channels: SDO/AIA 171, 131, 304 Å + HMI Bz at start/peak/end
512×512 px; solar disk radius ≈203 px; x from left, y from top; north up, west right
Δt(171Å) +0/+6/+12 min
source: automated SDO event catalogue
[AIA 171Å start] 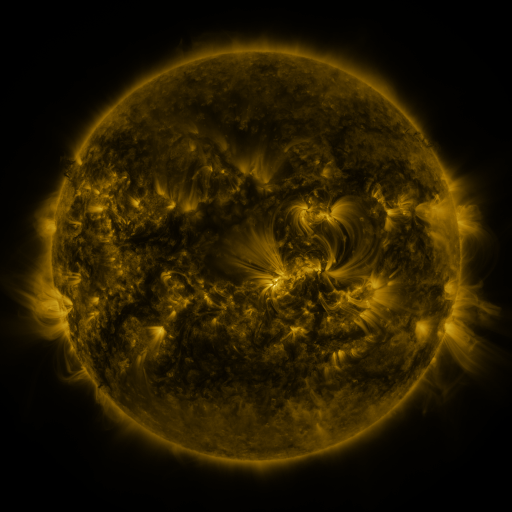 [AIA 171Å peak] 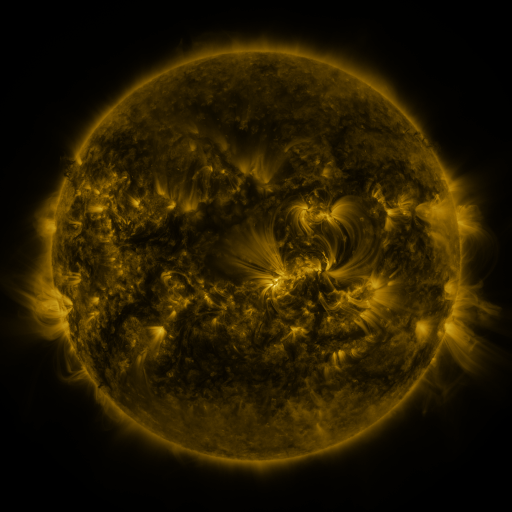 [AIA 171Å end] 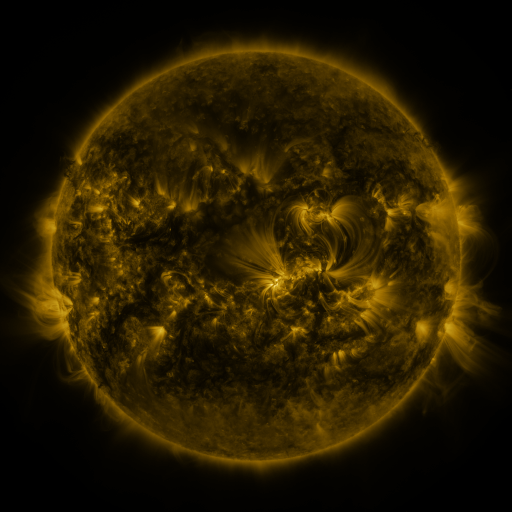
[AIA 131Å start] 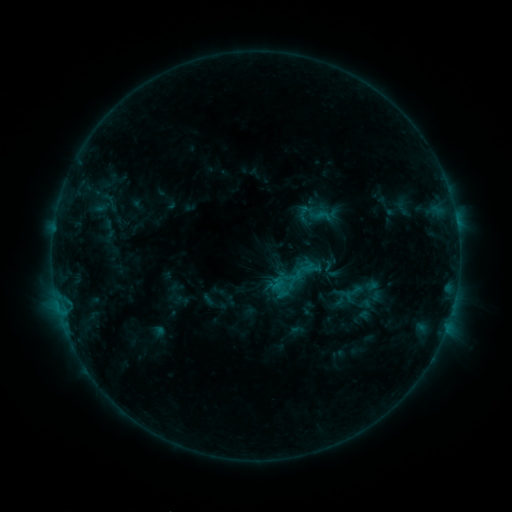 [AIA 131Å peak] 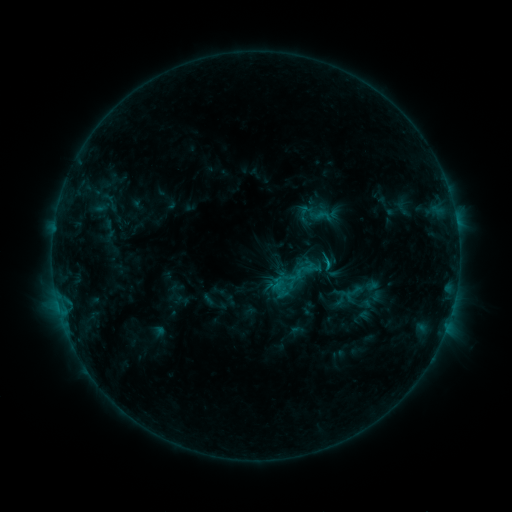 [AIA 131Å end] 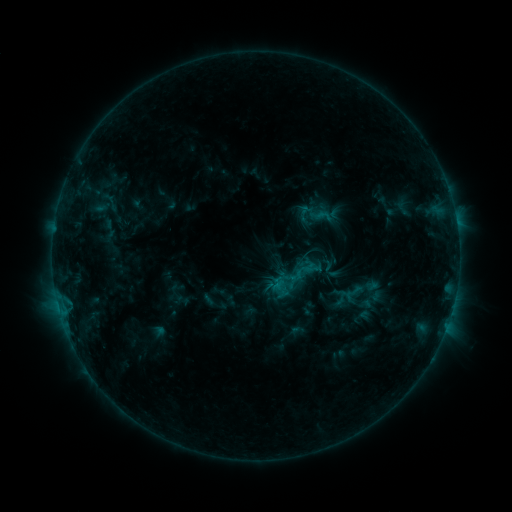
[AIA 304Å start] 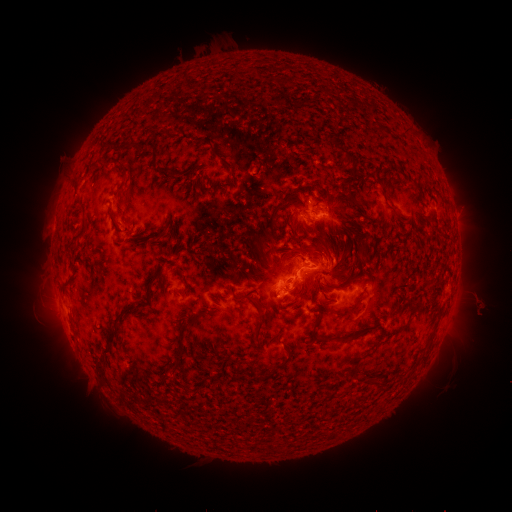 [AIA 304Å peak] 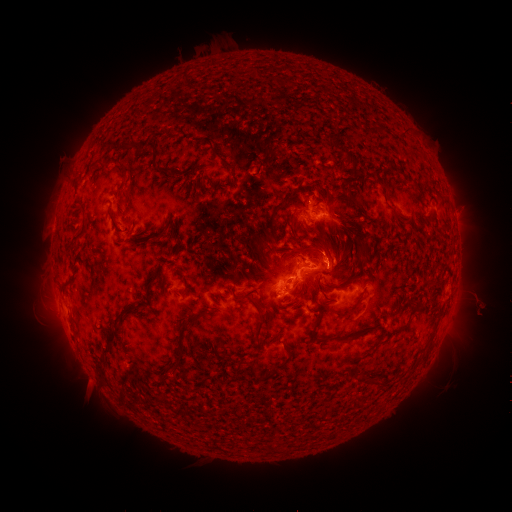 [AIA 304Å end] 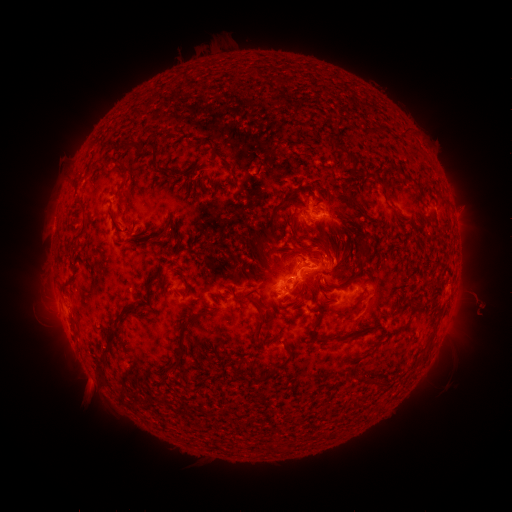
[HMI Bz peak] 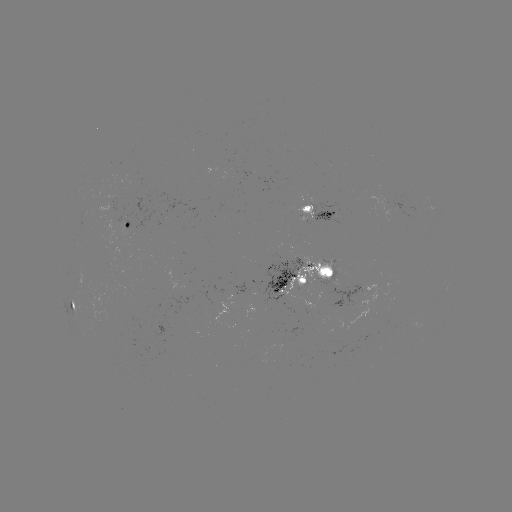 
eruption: [304, 224, 351, 269]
